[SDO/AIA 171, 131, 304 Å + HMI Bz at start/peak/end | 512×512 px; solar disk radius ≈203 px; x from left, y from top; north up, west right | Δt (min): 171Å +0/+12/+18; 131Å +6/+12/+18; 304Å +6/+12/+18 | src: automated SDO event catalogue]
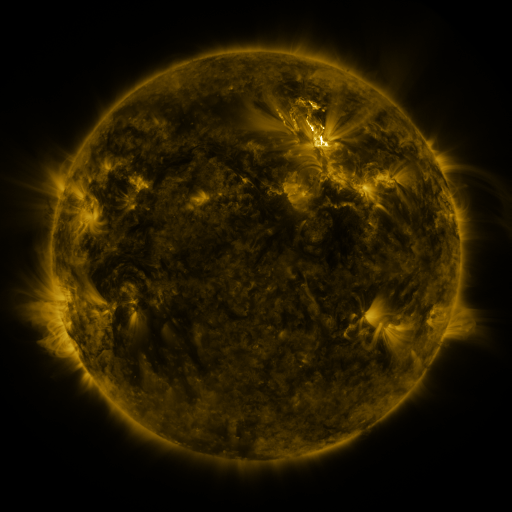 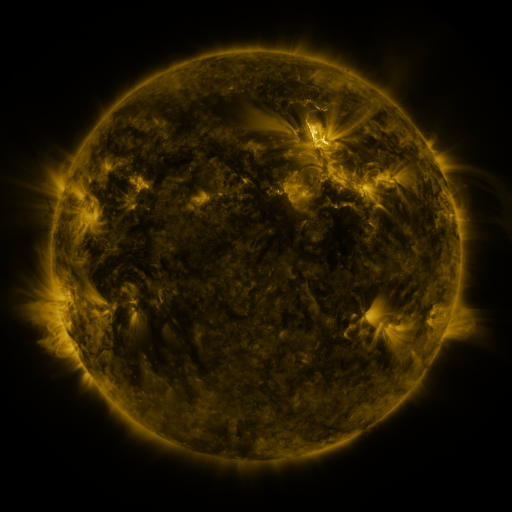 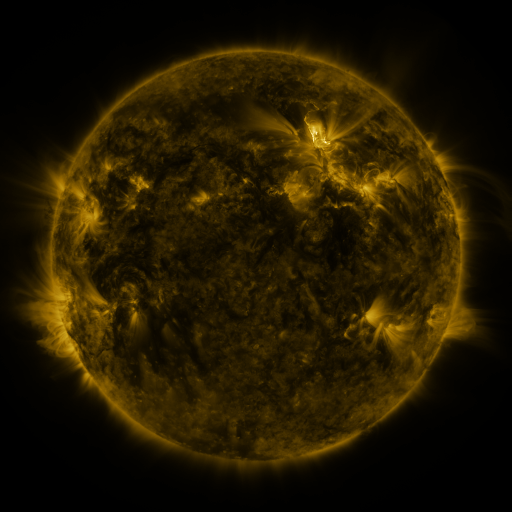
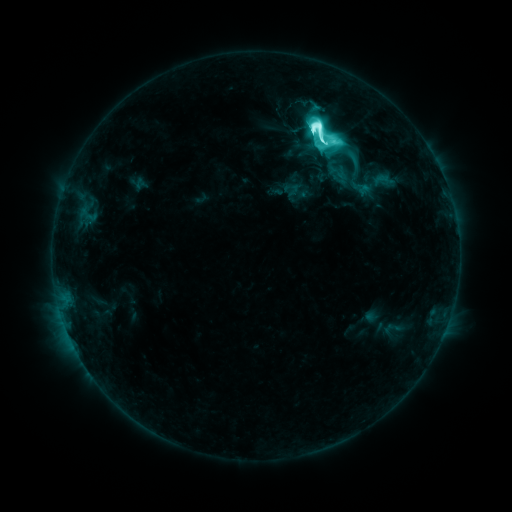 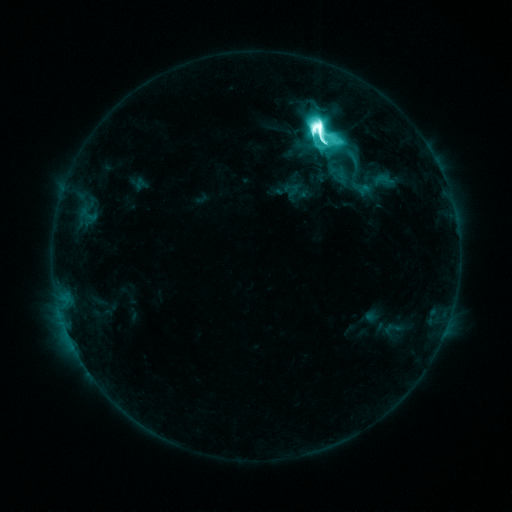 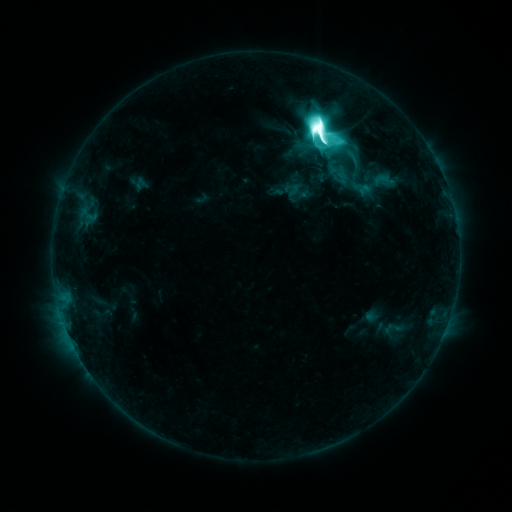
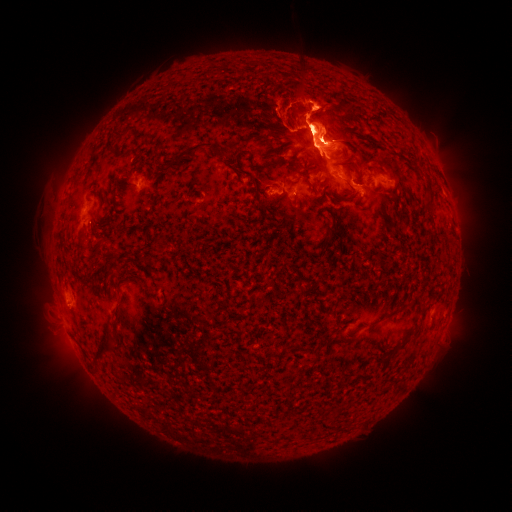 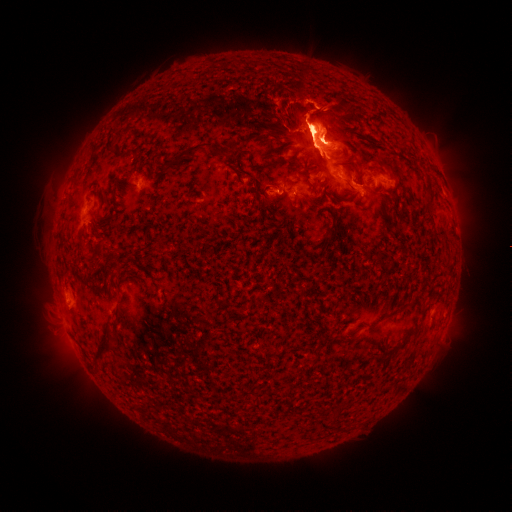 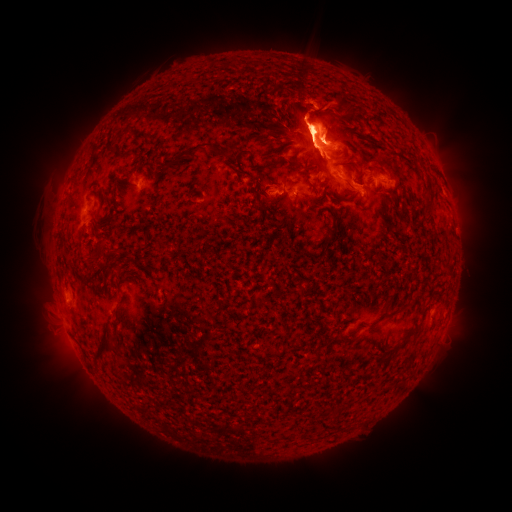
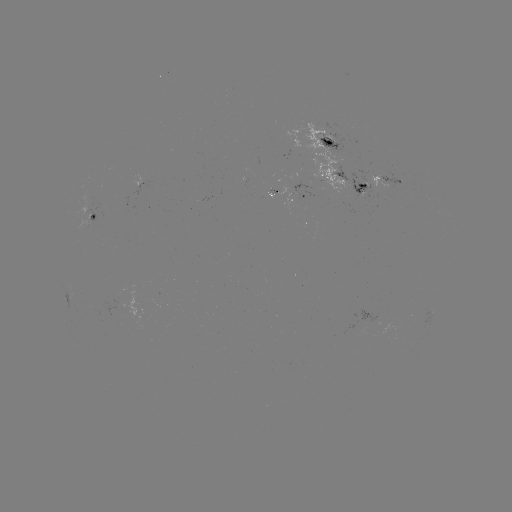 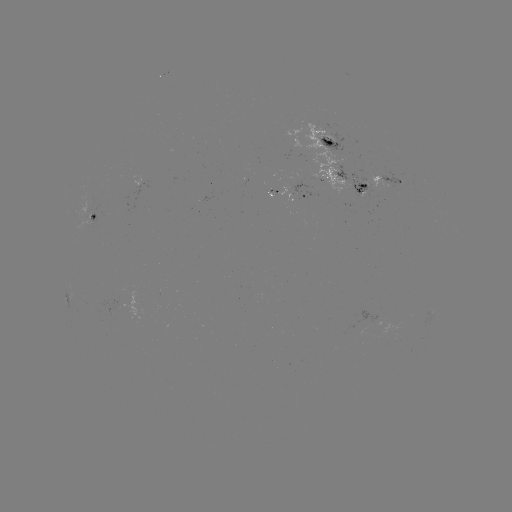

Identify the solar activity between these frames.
eruption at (59, 210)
